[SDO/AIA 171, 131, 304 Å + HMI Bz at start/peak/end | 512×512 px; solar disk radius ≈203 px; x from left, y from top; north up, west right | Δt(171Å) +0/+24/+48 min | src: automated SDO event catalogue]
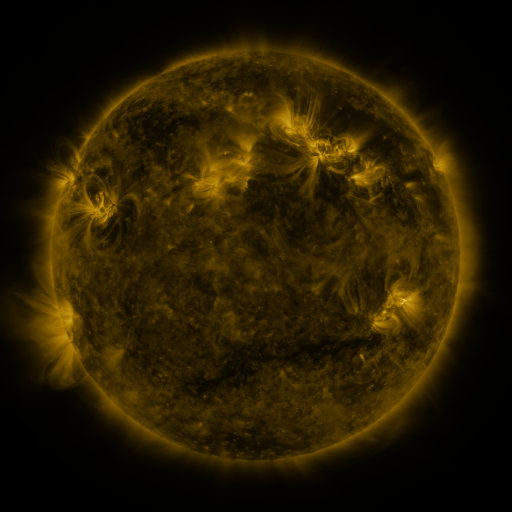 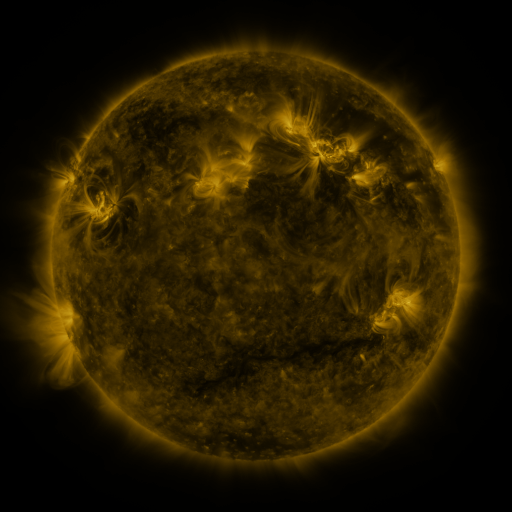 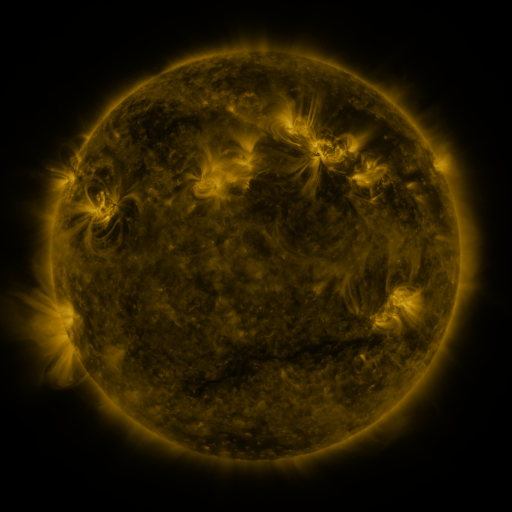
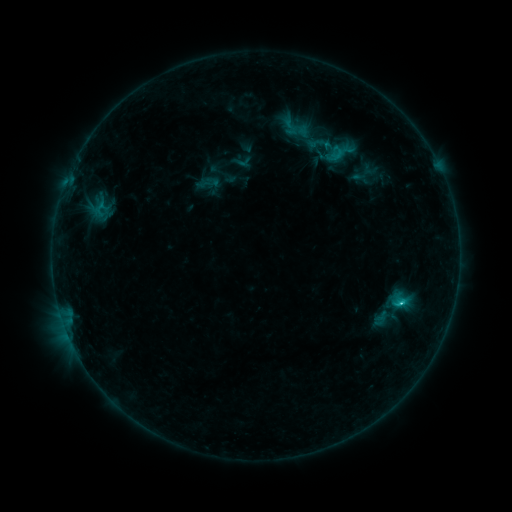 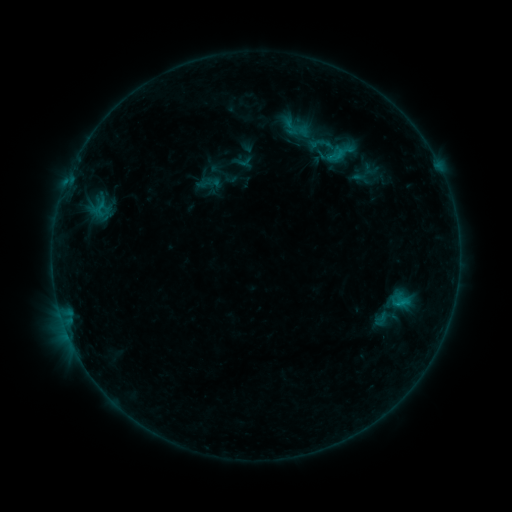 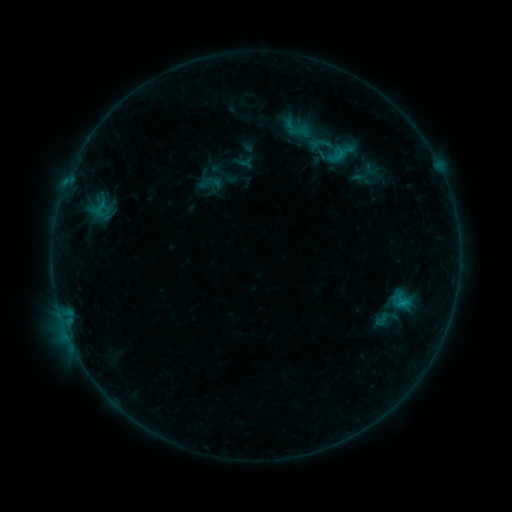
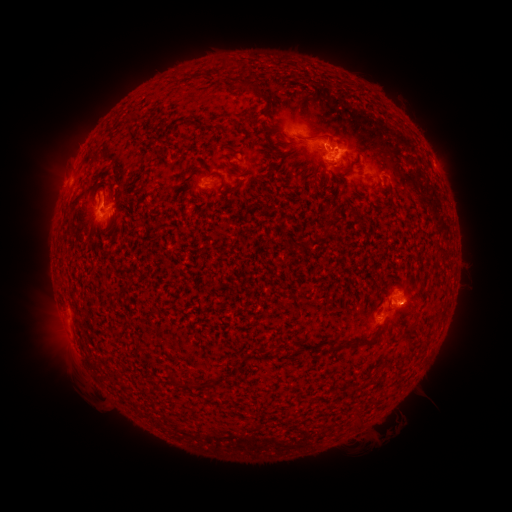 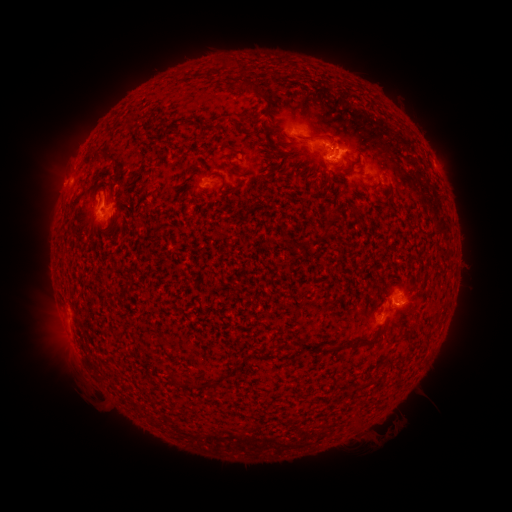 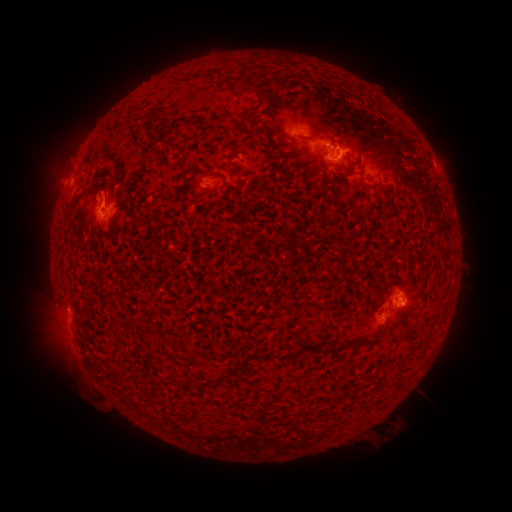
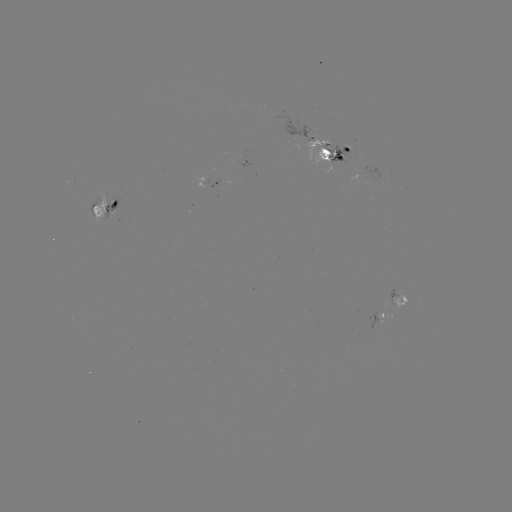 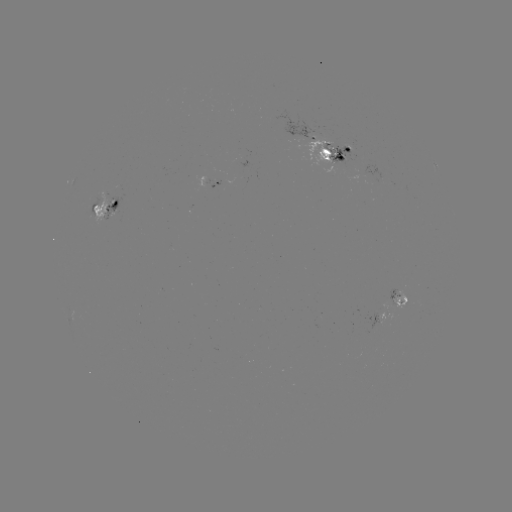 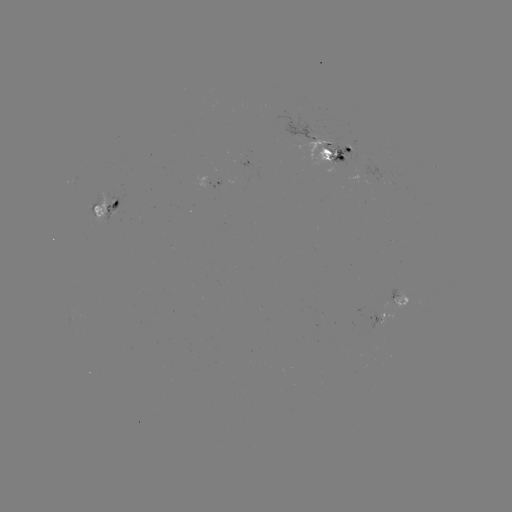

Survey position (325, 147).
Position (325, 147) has emerging-flux region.